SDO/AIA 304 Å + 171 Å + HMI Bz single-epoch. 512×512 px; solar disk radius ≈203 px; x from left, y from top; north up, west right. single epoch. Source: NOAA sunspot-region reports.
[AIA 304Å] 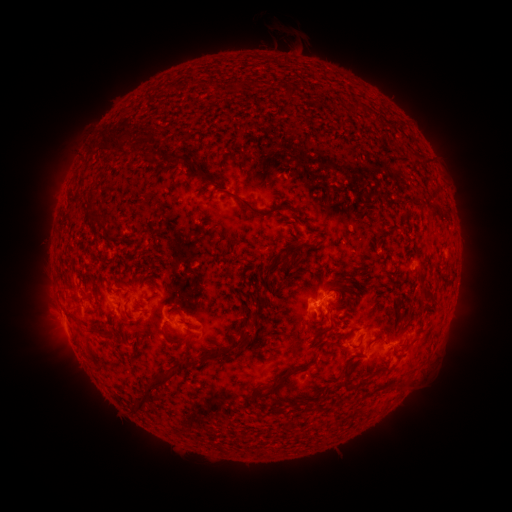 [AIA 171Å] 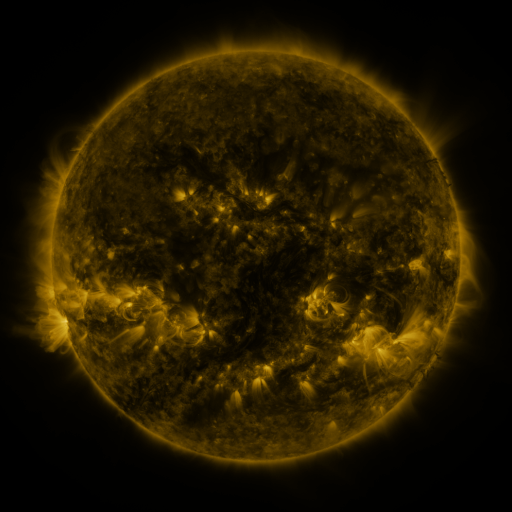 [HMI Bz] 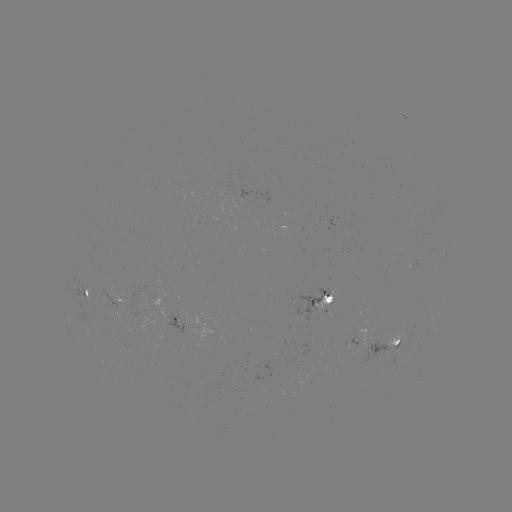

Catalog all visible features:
spotted active region: (86, 293)
spotted active region: (115, 301)
spotted active region: (321, 303)
spotted active region: (171, 322)
spotted active region: (359, 331)
spotted active region: (388, 344)
